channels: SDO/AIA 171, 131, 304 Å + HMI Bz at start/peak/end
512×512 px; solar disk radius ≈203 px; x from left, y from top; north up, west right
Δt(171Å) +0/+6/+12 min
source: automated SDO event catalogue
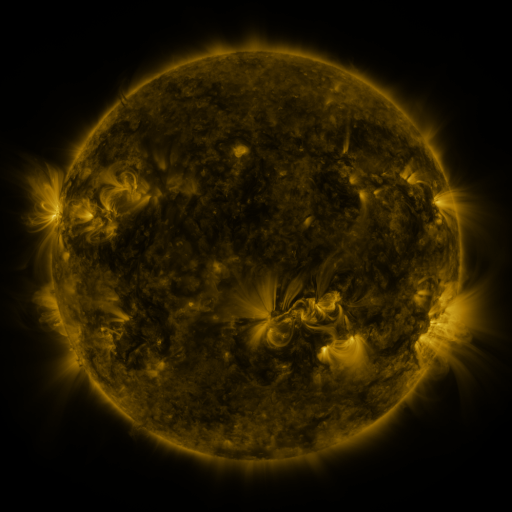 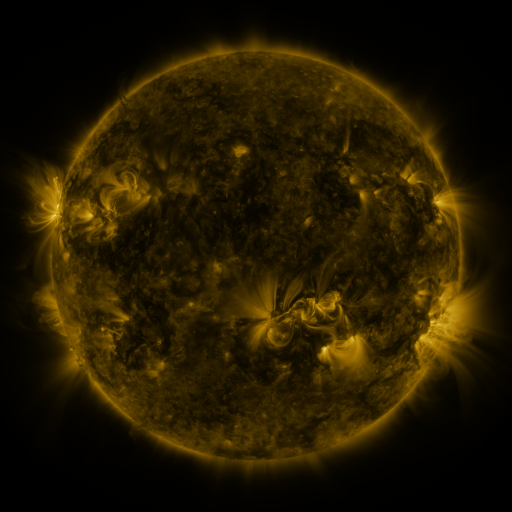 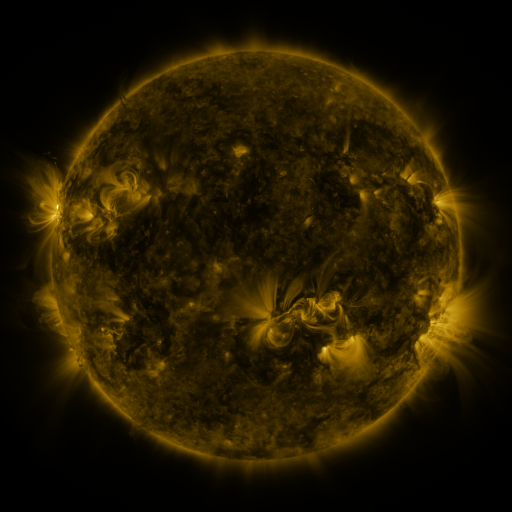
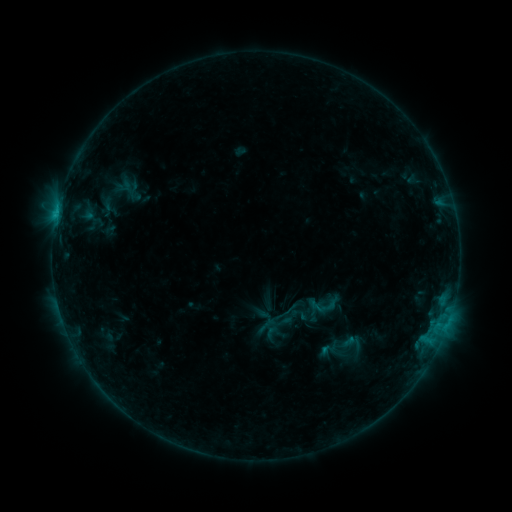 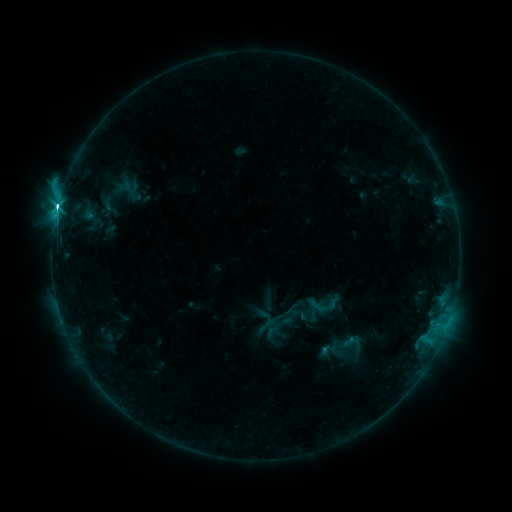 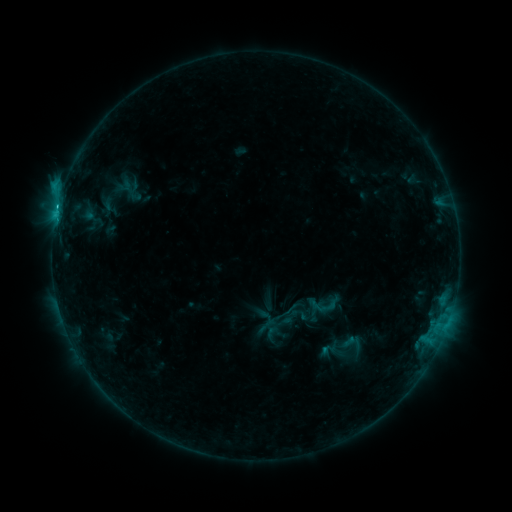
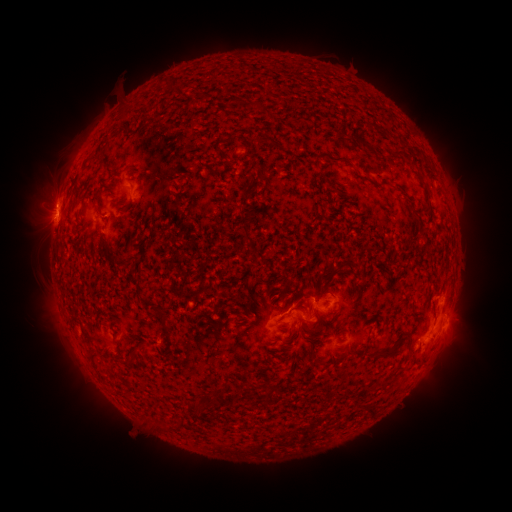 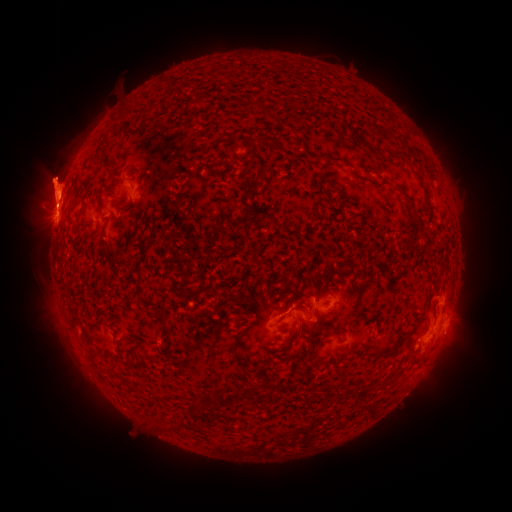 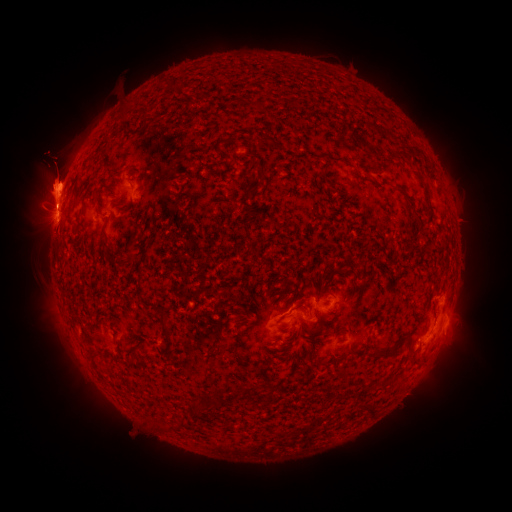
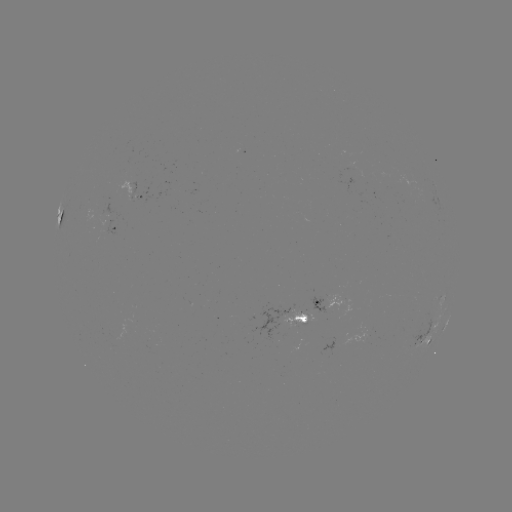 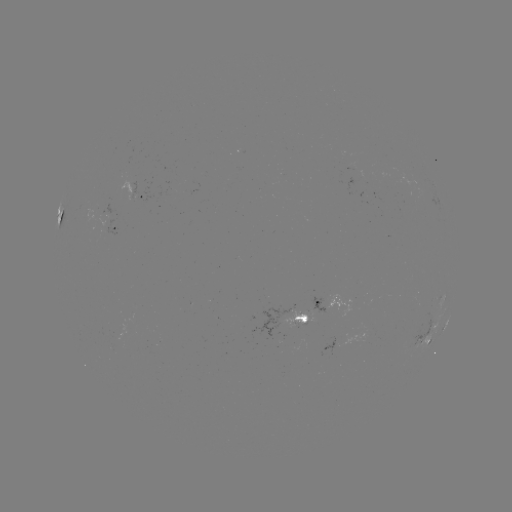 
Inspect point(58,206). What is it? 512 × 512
C6.8 flare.